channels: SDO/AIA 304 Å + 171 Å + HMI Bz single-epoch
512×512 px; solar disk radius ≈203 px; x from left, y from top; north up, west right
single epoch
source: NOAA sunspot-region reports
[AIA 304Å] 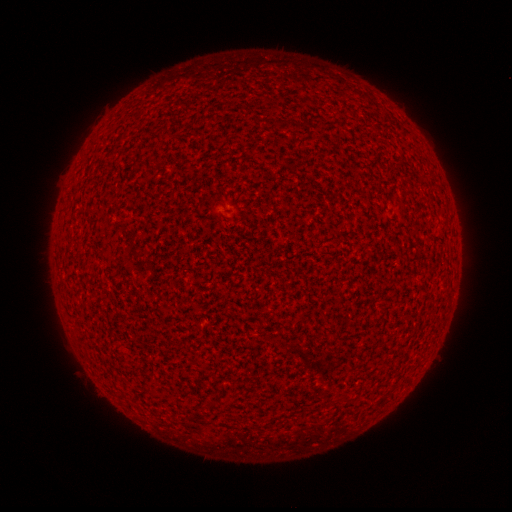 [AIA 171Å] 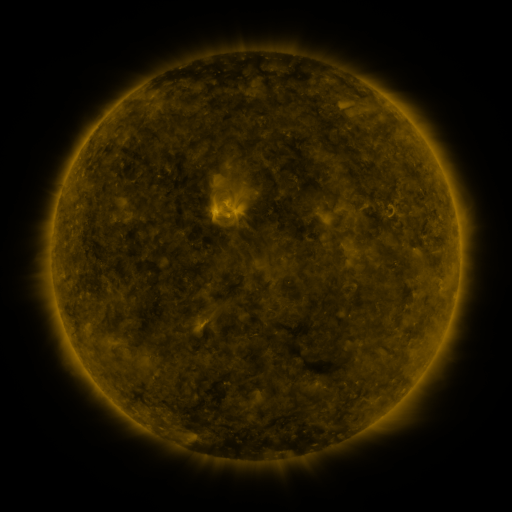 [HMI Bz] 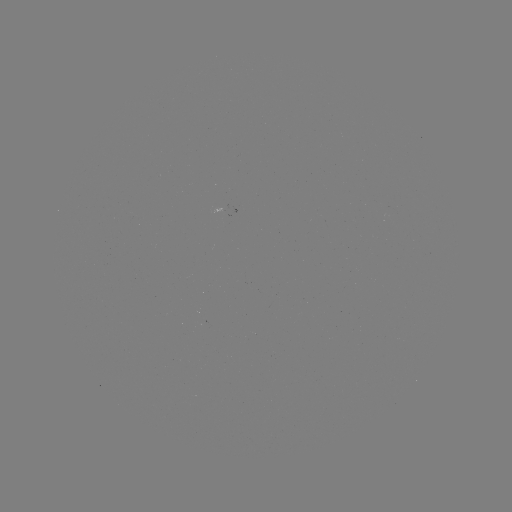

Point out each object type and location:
(none)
